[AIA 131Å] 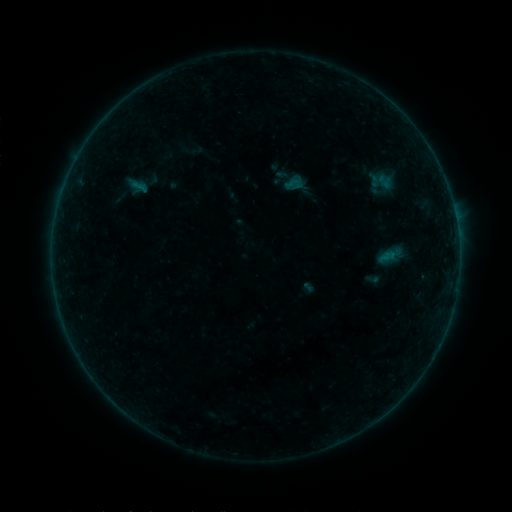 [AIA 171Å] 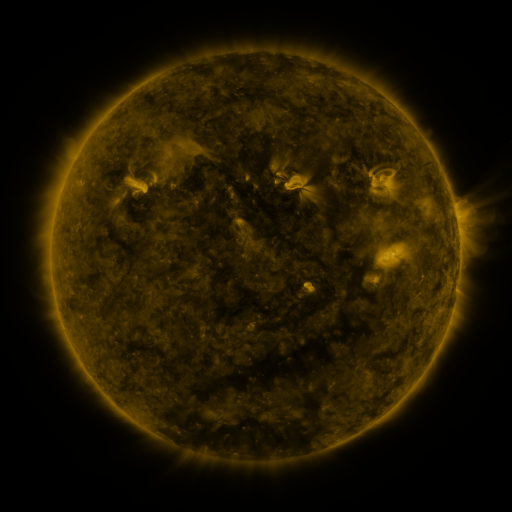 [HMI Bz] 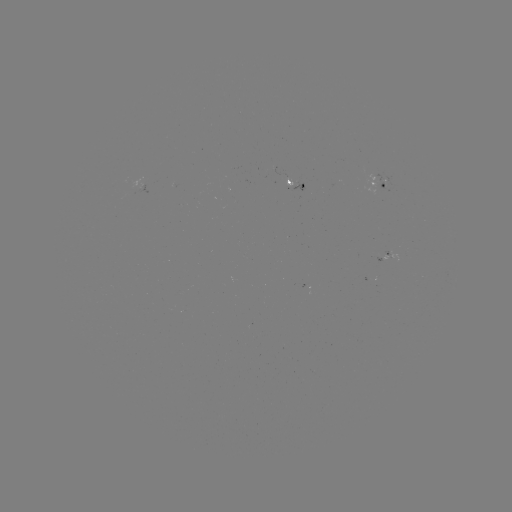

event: sigmoid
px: (382, 181)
